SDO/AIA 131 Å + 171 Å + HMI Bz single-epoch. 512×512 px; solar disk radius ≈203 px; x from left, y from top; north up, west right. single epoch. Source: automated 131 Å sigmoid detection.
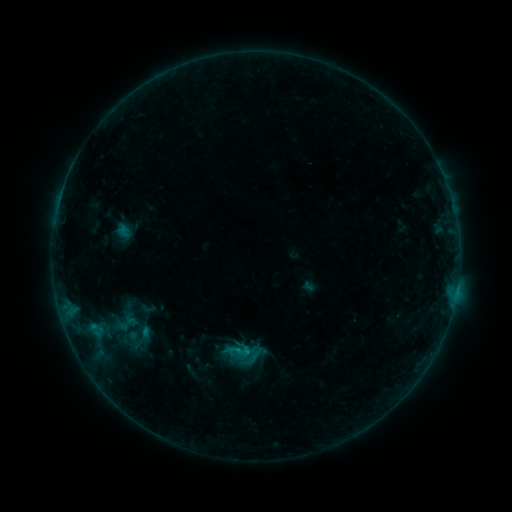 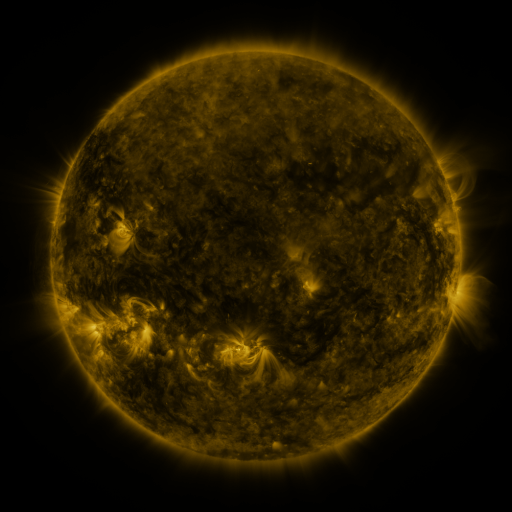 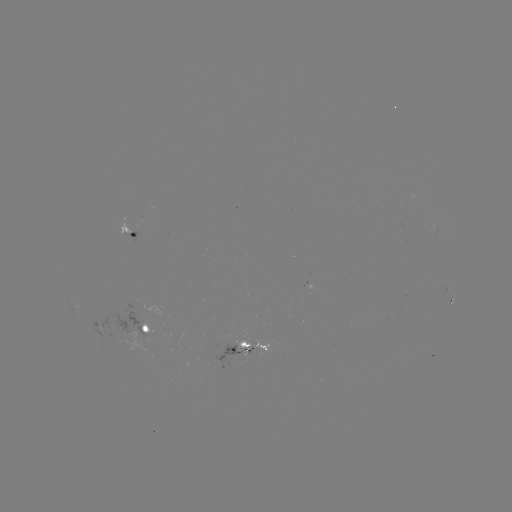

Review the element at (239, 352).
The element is sigmoid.